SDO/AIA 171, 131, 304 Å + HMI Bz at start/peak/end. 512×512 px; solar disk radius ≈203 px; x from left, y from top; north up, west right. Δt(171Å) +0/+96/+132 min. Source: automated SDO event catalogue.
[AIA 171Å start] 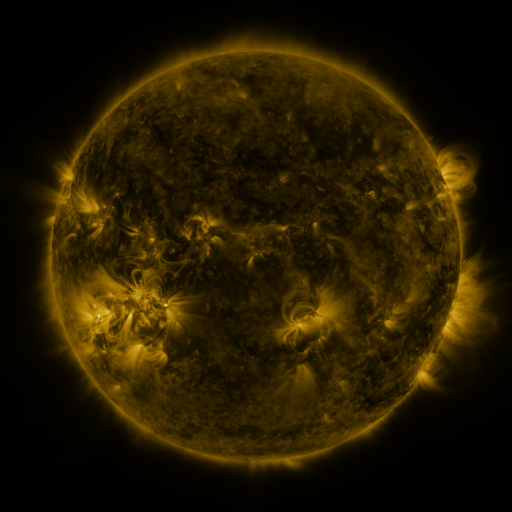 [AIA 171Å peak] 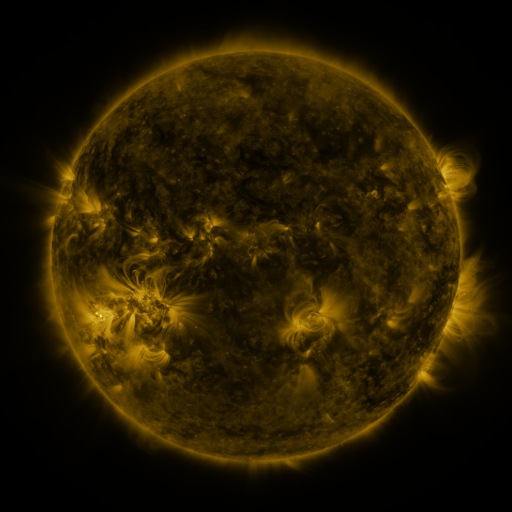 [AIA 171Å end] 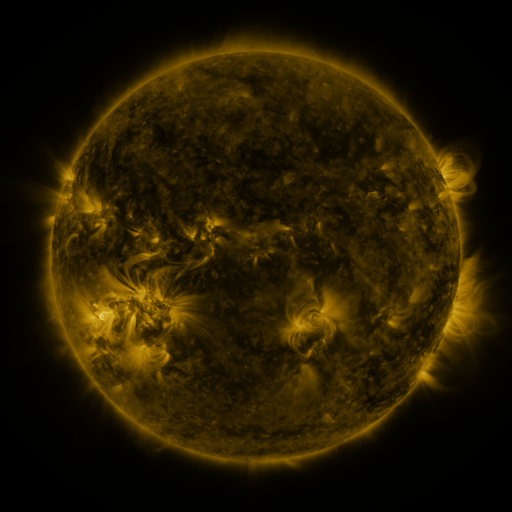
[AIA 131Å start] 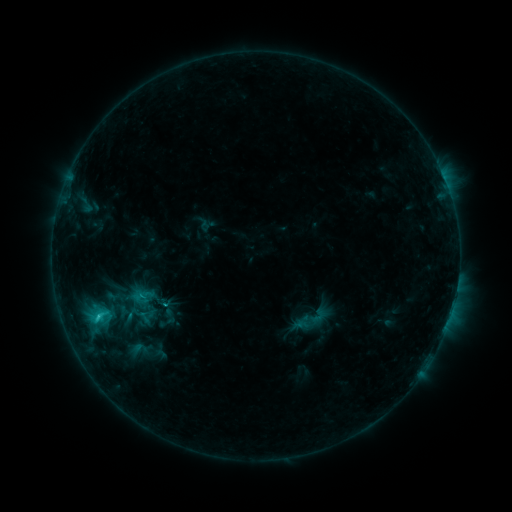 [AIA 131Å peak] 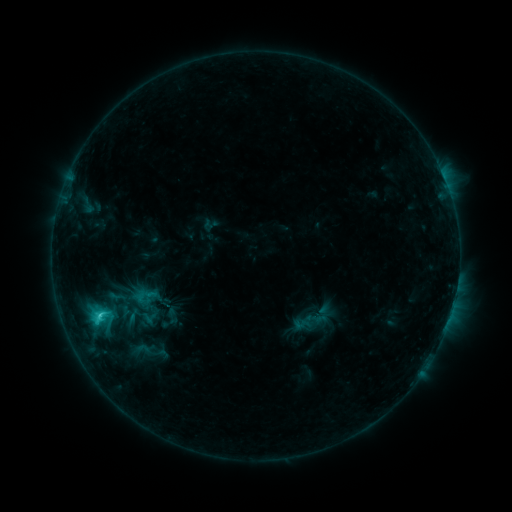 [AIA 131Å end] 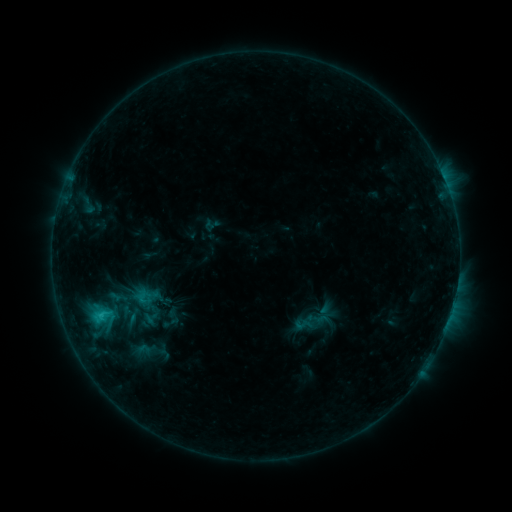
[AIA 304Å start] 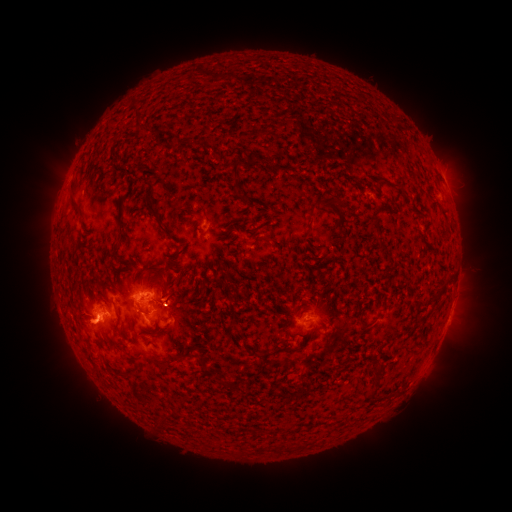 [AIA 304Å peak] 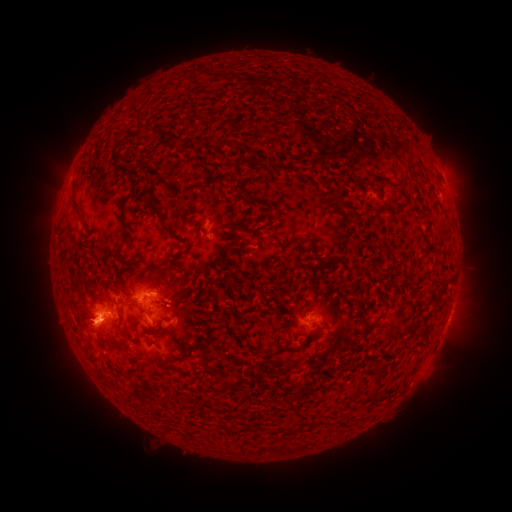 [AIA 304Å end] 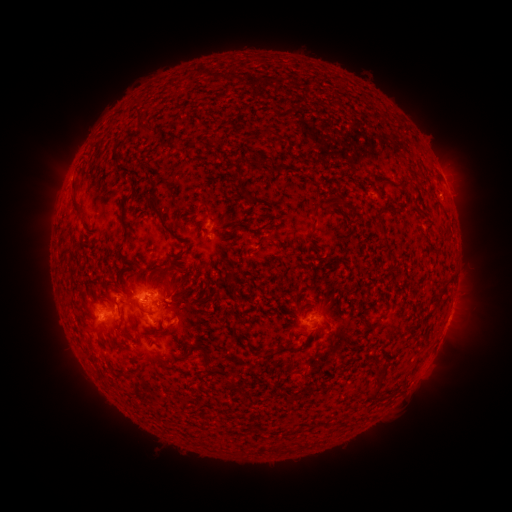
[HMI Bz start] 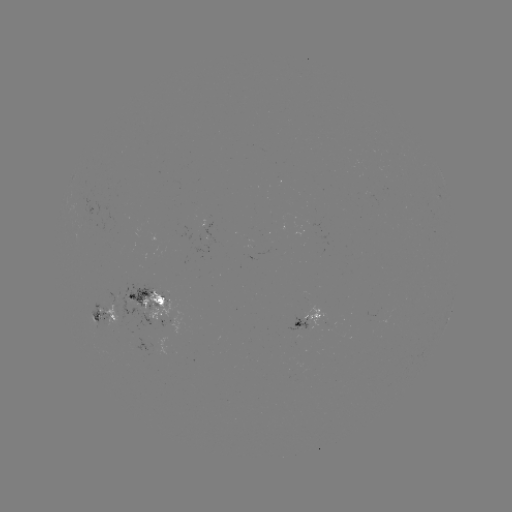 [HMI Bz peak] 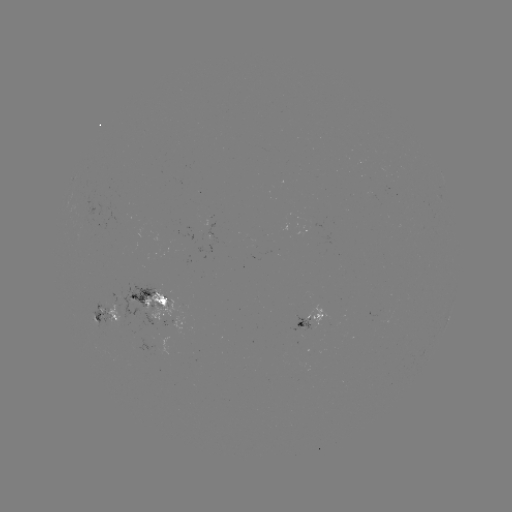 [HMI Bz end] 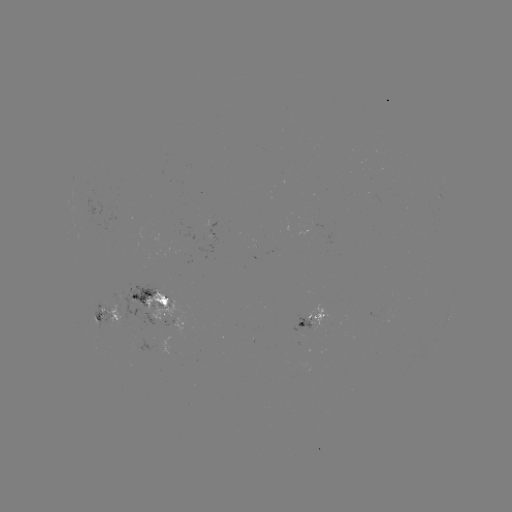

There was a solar emerging-flux region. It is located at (302, 325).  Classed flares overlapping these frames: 1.